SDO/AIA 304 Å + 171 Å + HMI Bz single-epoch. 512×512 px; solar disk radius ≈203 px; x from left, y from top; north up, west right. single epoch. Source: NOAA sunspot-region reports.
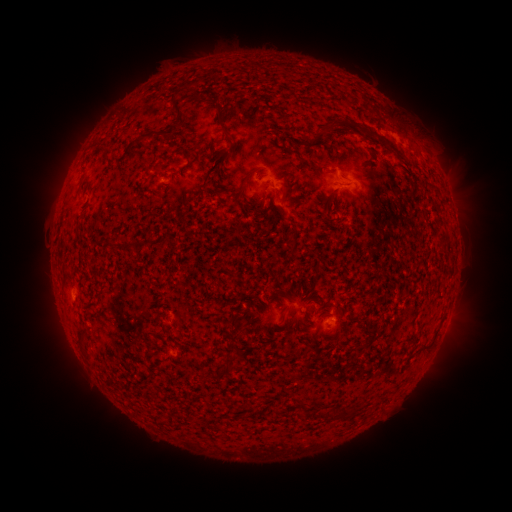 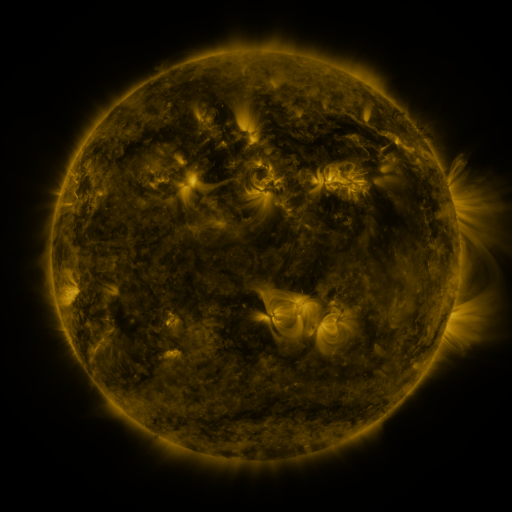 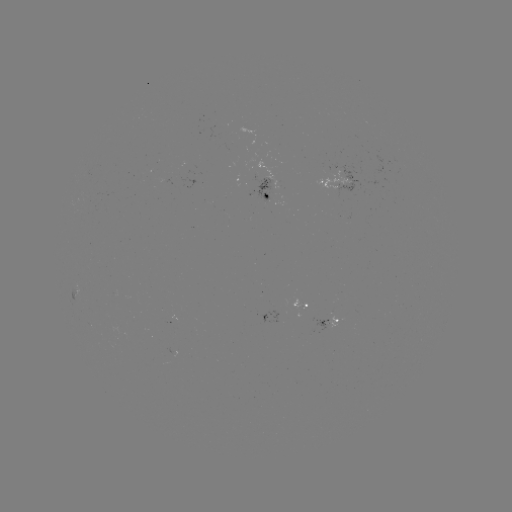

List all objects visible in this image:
spotted active region: (342, 184)
spotted active region: (269, 185)
spotted active region: (80, 286)
spotted active region: (301, 309)
spotted active region: (331, 320)
